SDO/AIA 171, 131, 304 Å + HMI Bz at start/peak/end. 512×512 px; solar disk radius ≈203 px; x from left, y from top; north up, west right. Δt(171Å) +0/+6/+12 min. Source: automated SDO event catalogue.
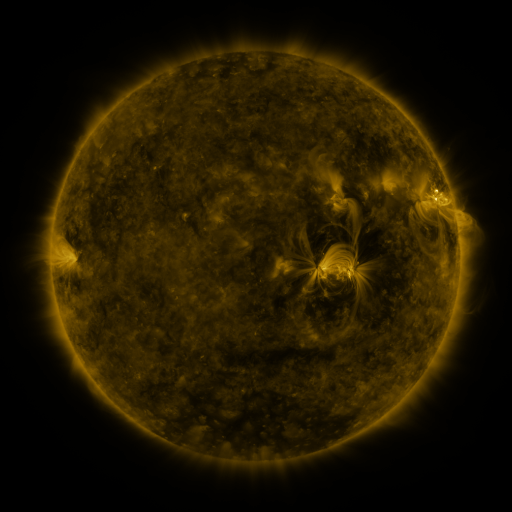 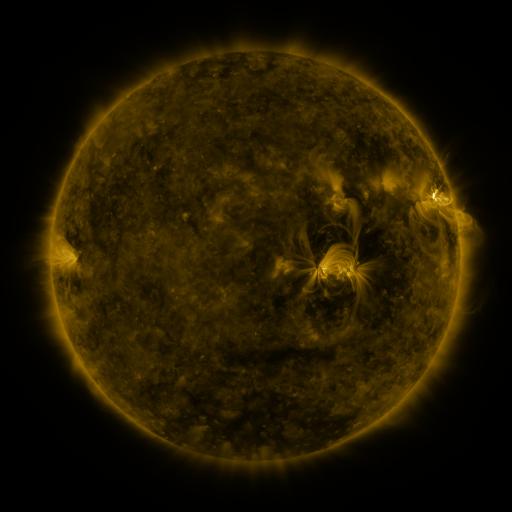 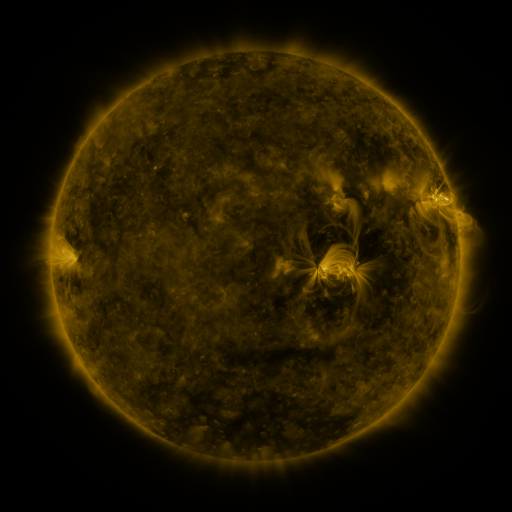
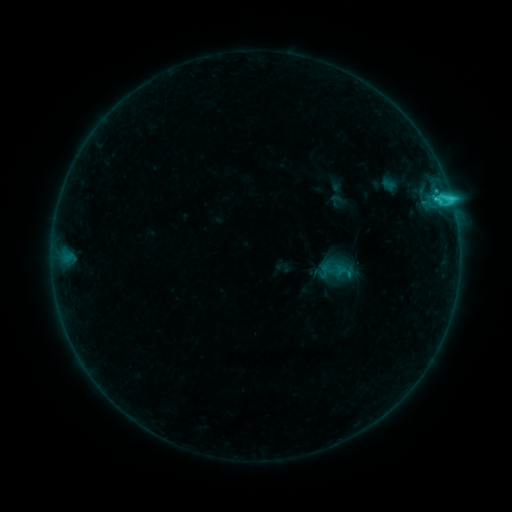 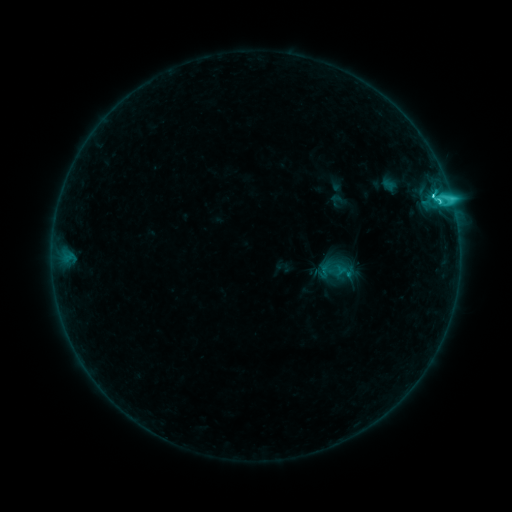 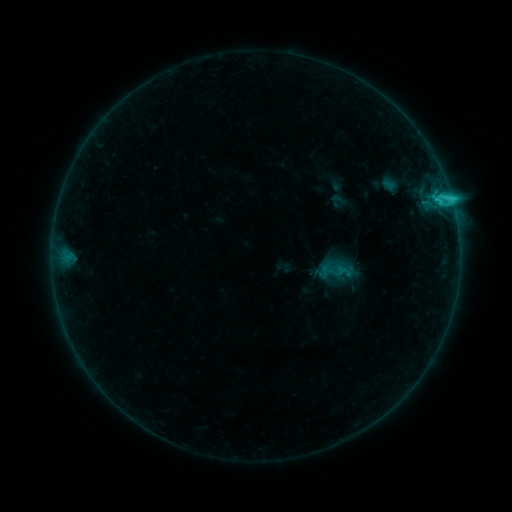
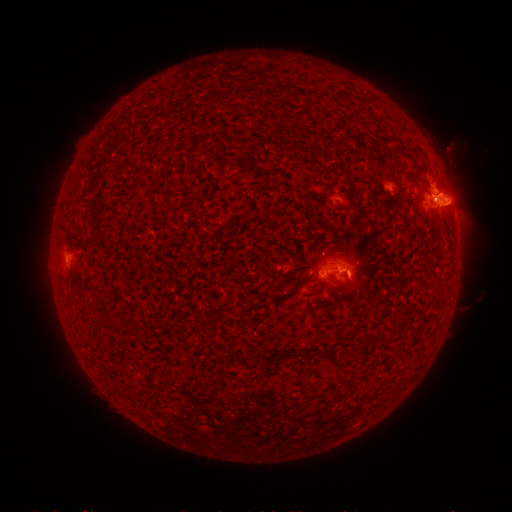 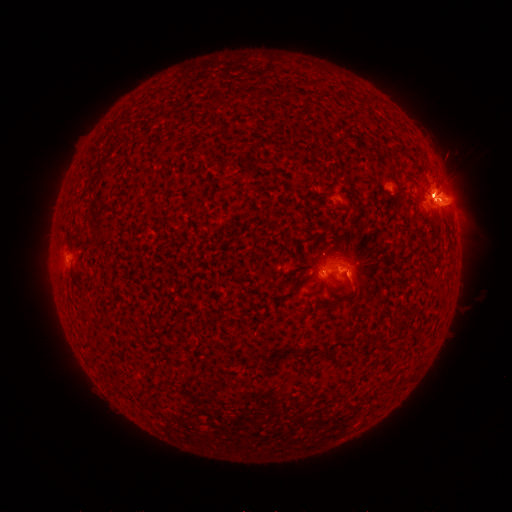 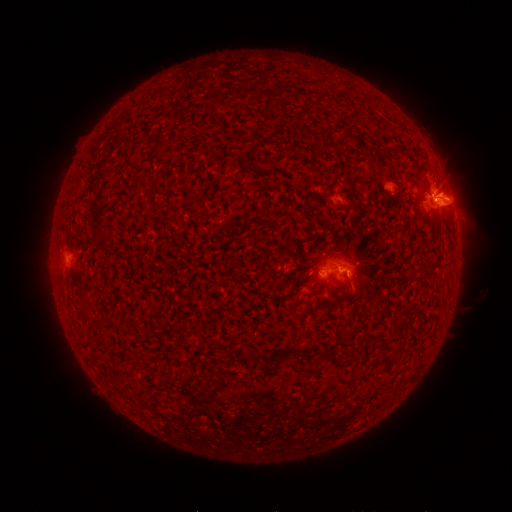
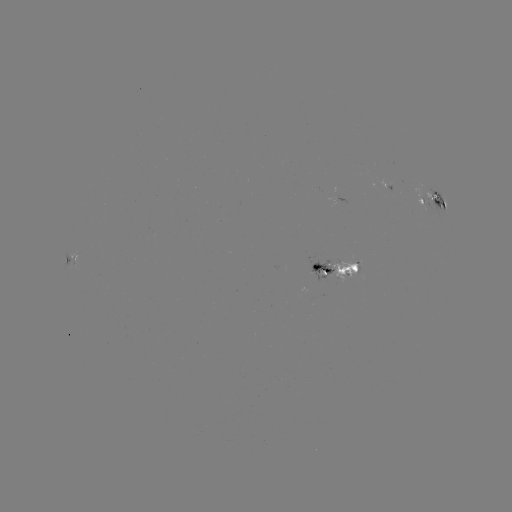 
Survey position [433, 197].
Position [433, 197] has C4.7 flare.